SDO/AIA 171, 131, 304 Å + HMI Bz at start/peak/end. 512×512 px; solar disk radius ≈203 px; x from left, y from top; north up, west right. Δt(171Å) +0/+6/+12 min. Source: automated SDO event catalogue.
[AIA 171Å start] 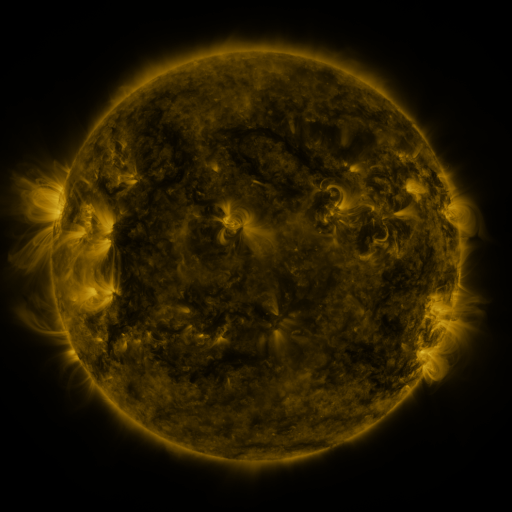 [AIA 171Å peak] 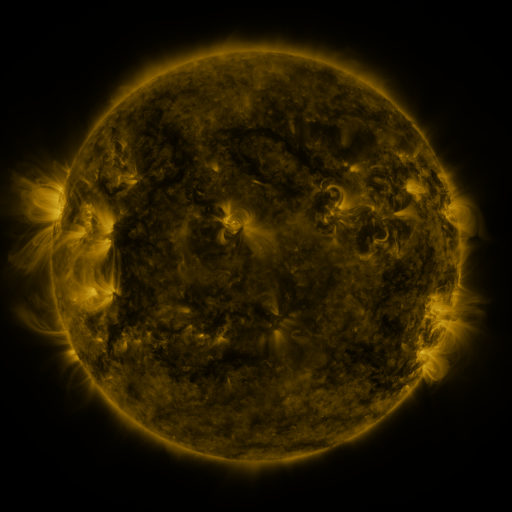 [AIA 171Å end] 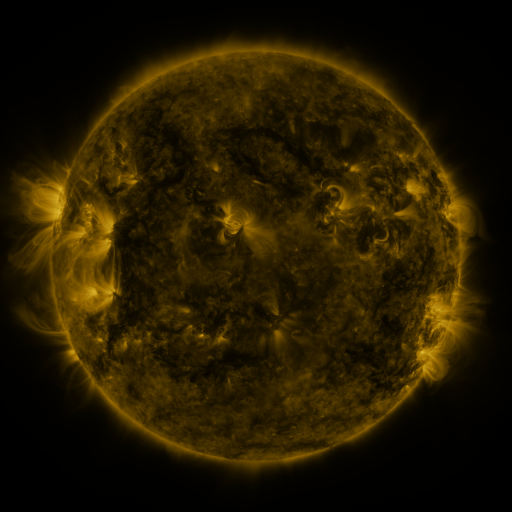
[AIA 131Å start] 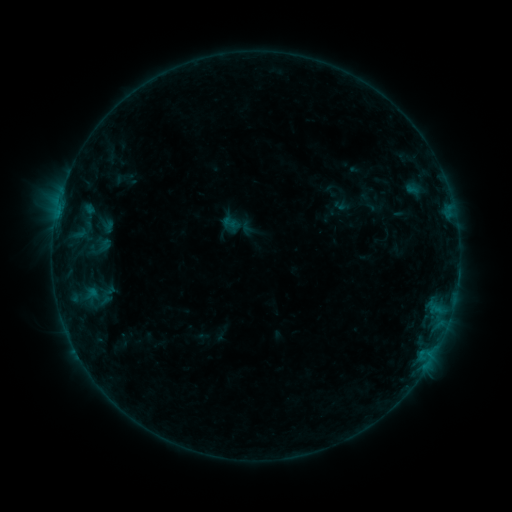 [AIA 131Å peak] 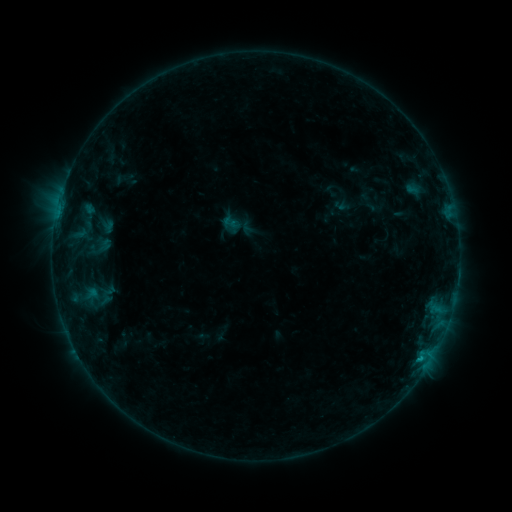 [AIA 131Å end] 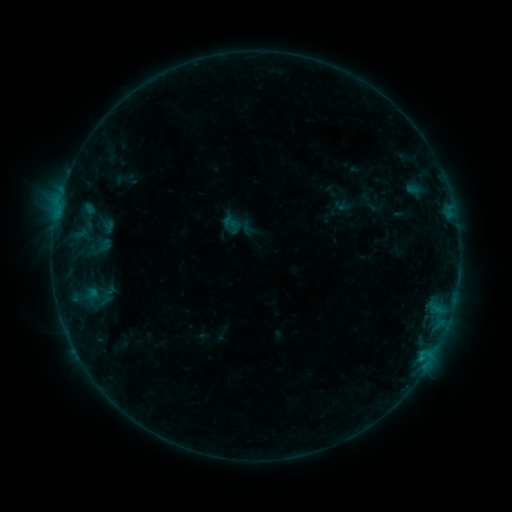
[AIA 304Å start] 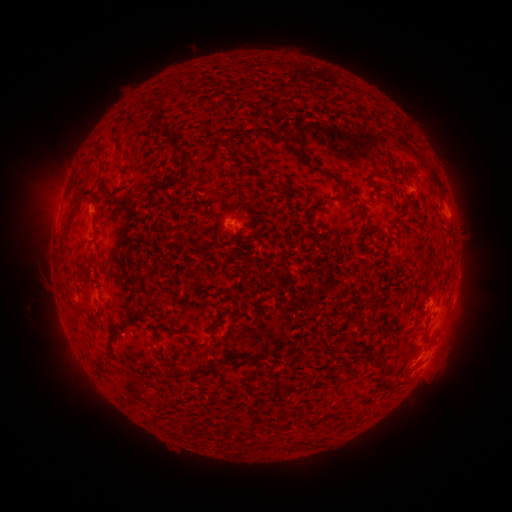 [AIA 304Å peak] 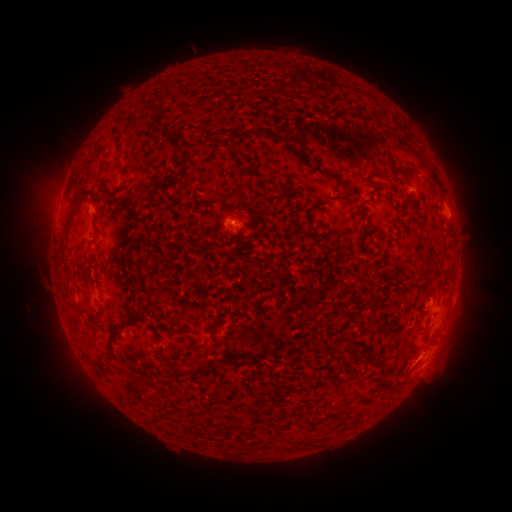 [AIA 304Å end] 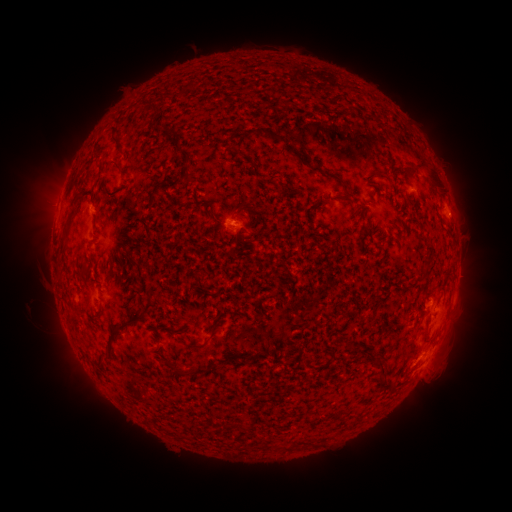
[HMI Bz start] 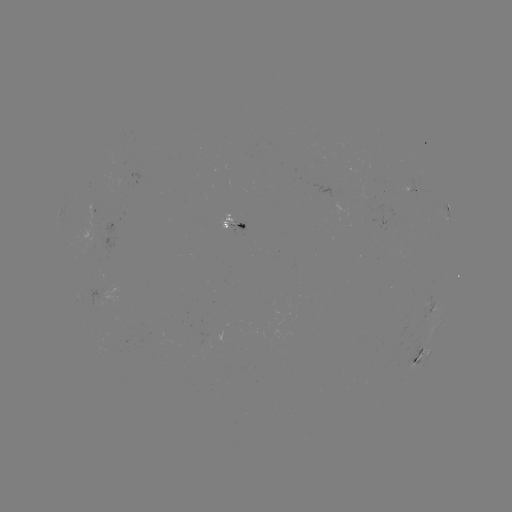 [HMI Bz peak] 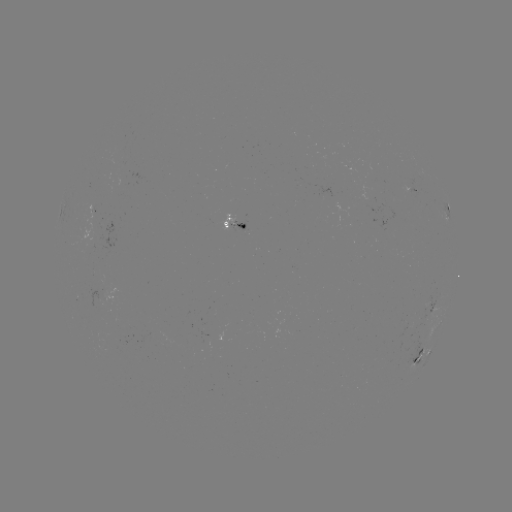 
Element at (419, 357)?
B5.7 flare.